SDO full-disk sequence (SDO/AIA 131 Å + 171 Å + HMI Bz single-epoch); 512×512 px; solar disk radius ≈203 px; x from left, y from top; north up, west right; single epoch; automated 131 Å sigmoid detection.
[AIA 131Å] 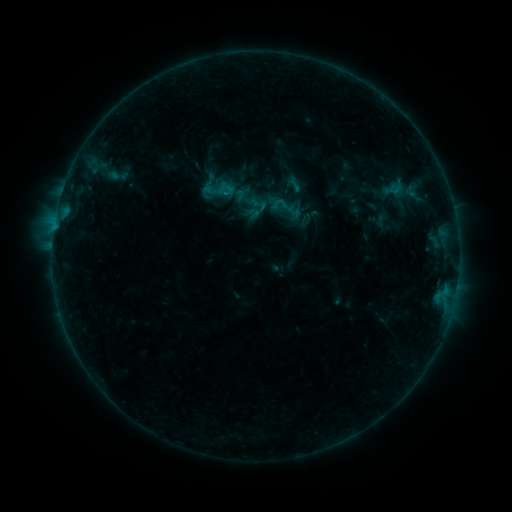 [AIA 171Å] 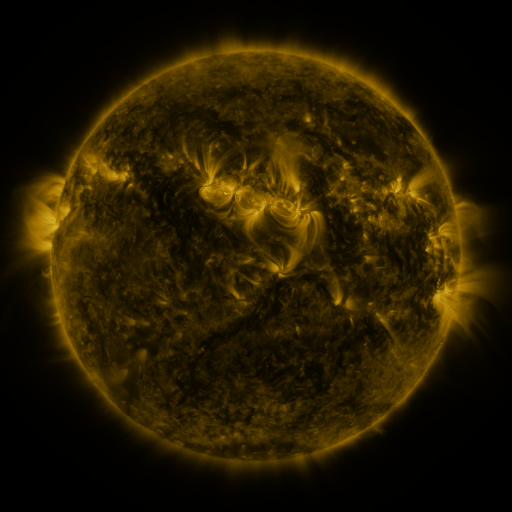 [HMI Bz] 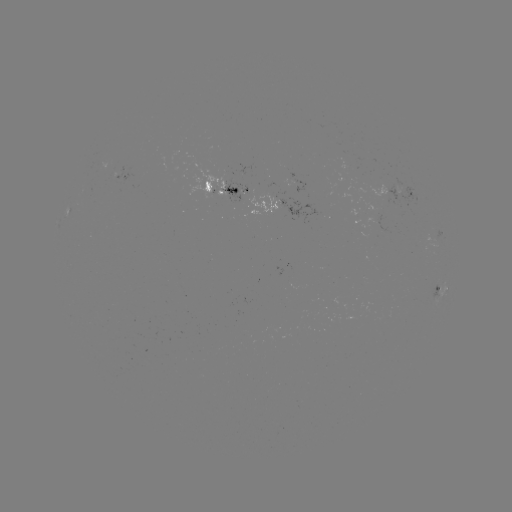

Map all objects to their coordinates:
sigmoid: (218, 188)
sigmoid: (259, 204)
